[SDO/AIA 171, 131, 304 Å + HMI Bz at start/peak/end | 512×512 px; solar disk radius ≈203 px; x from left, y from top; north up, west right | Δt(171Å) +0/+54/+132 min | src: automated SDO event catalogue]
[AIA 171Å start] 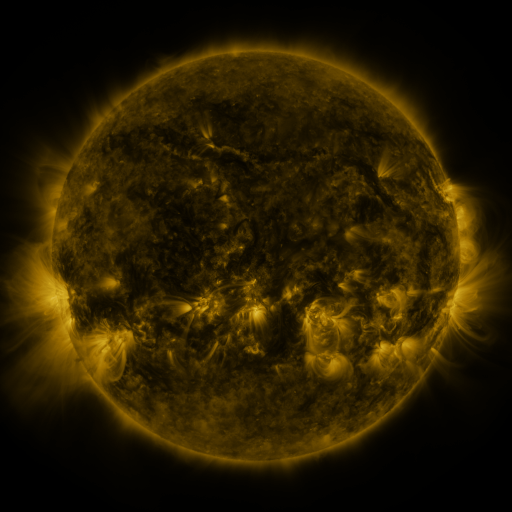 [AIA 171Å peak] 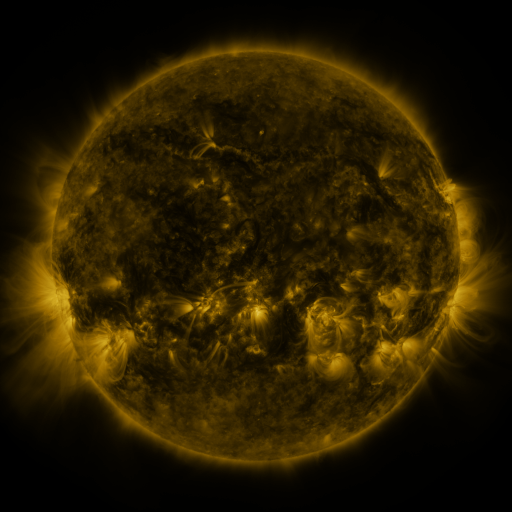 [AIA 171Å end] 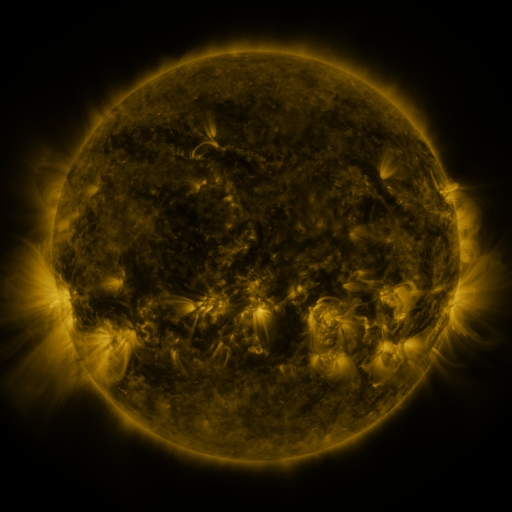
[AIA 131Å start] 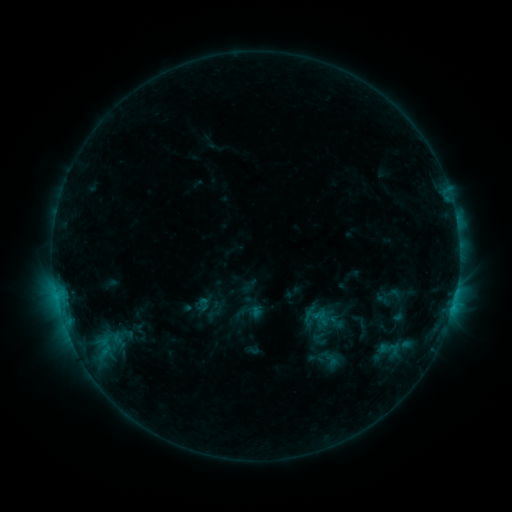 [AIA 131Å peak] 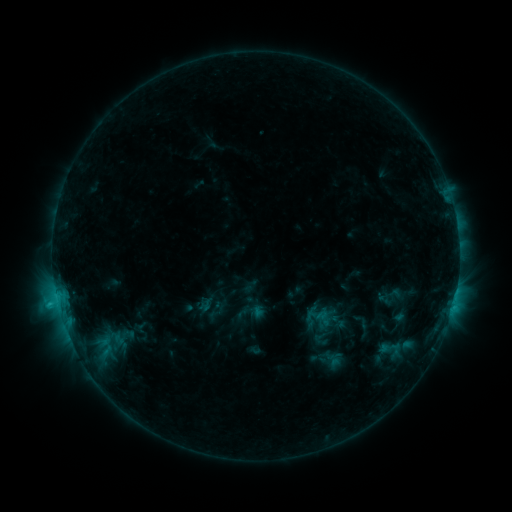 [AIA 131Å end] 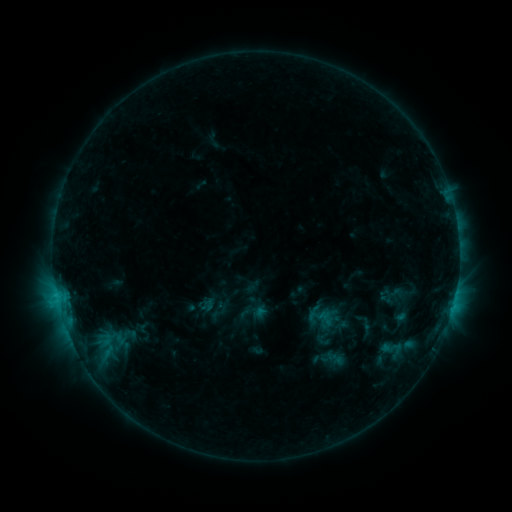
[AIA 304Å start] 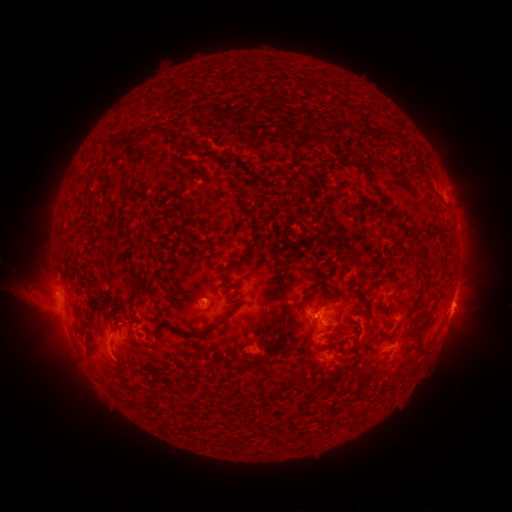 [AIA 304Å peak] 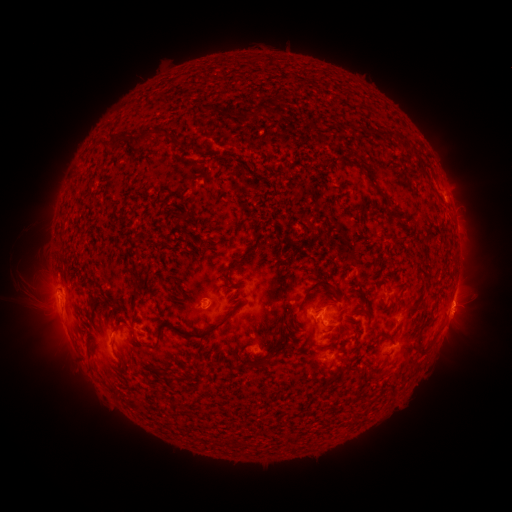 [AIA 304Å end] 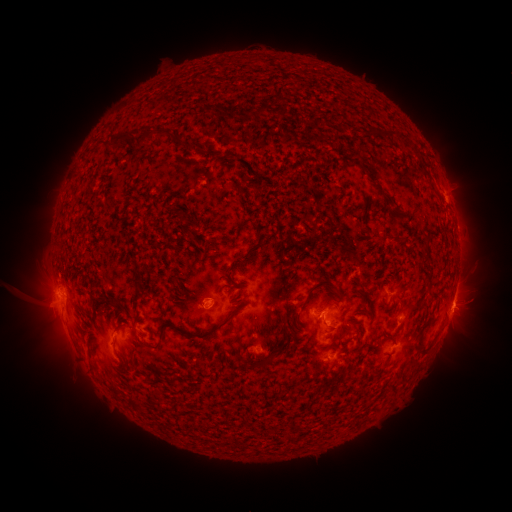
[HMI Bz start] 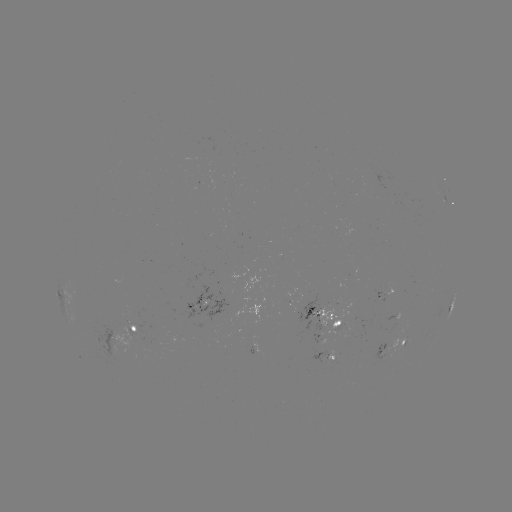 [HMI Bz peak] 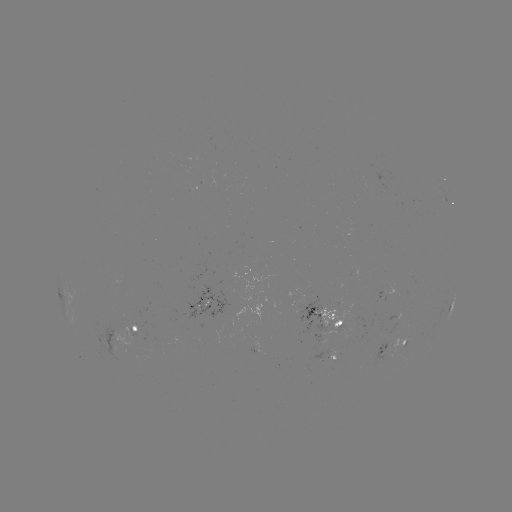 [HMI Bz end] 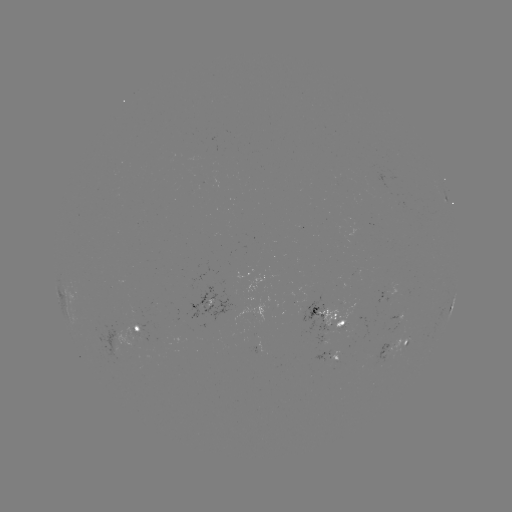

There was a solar flare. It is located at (215, 448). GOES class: C1.9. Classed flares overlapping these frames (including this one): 1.